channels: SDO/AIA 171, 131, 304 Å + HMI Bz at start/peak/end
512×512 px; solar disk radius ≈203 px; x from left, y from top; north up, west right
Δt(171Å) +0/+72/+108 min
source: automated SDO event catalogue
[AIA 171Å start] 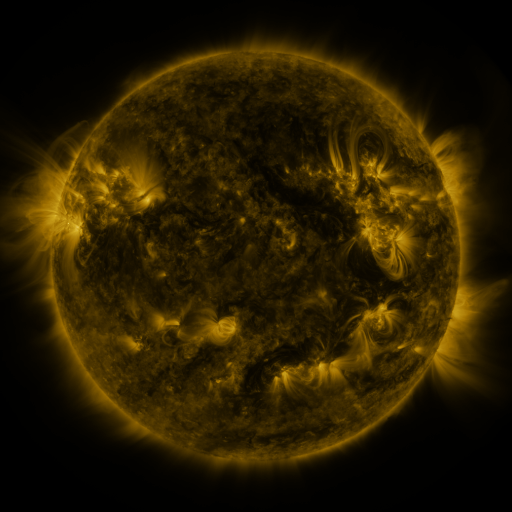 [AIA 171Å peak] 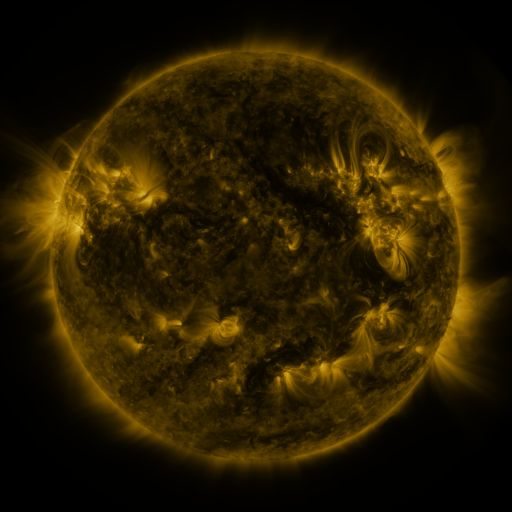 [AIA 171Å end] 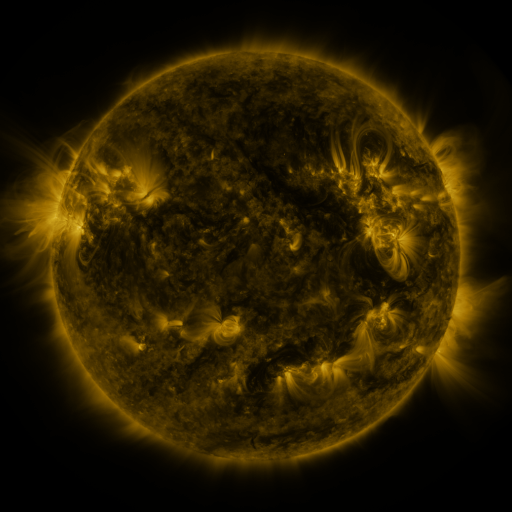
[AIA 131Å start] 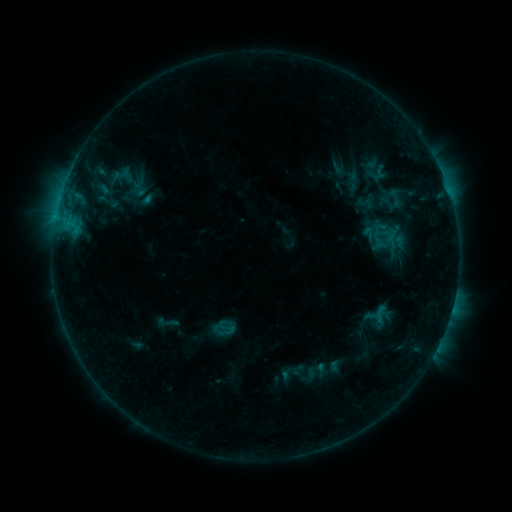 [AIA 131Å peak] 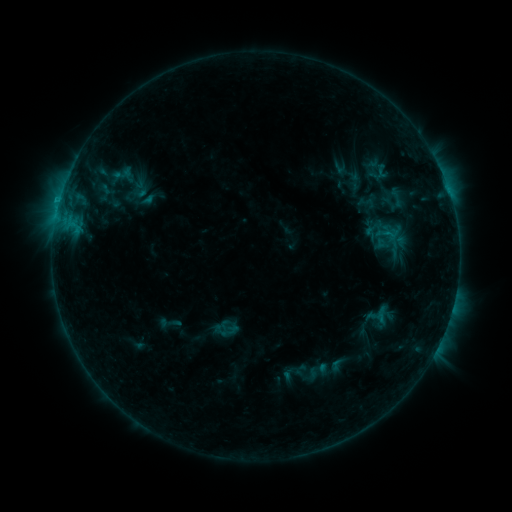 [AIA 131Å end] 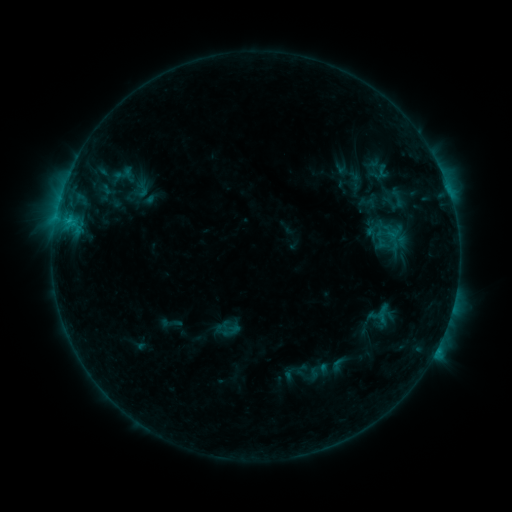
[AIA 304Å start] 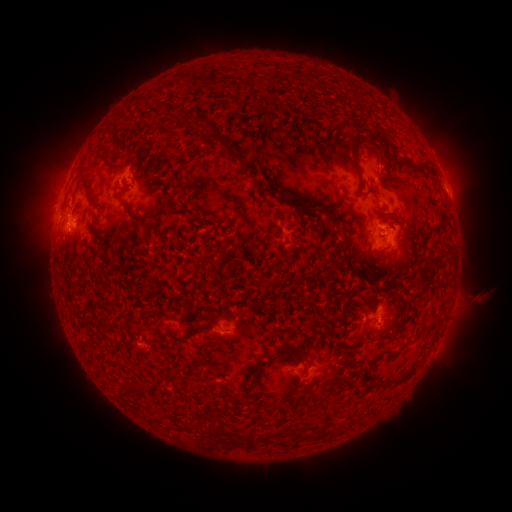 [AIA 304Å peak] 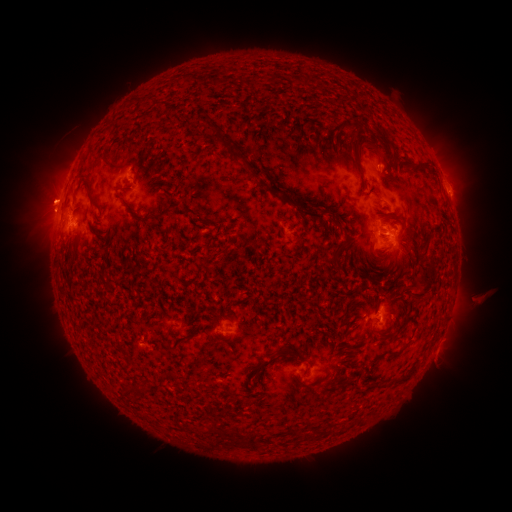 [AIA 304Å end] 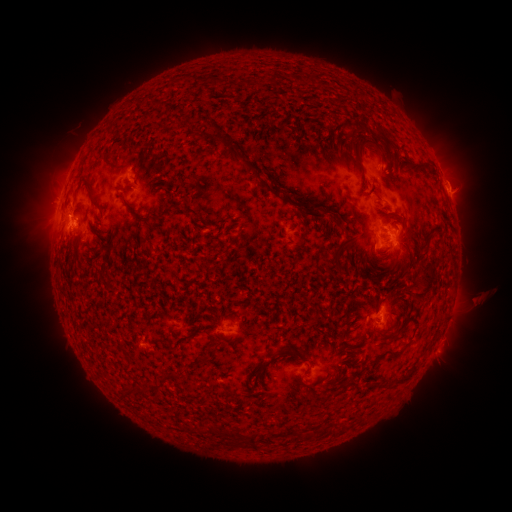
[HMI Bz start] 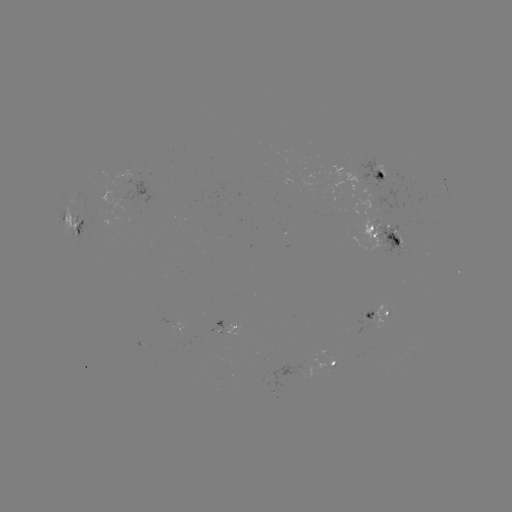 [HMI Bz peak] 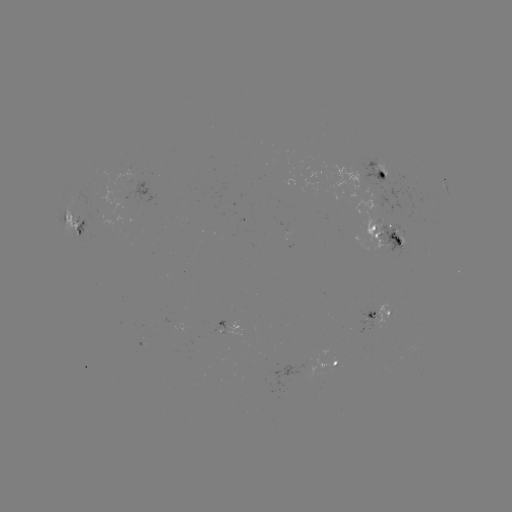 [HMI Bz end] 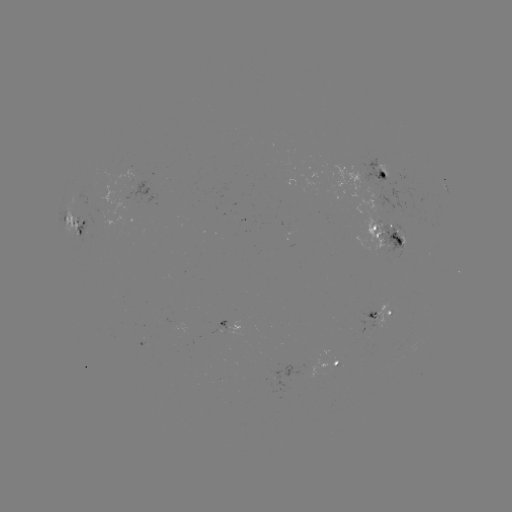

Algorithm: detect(emerging-flux region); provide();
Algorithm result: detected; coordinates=[148, 347]